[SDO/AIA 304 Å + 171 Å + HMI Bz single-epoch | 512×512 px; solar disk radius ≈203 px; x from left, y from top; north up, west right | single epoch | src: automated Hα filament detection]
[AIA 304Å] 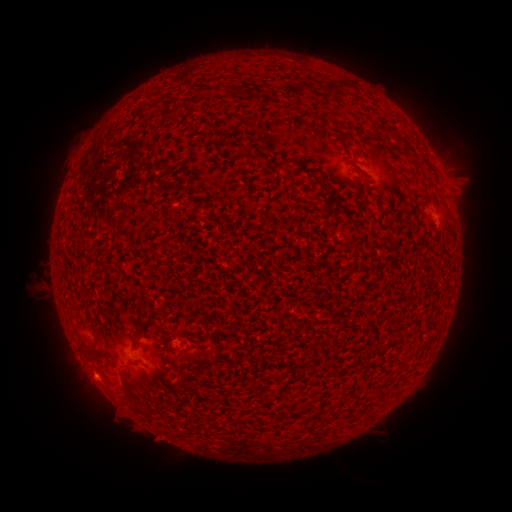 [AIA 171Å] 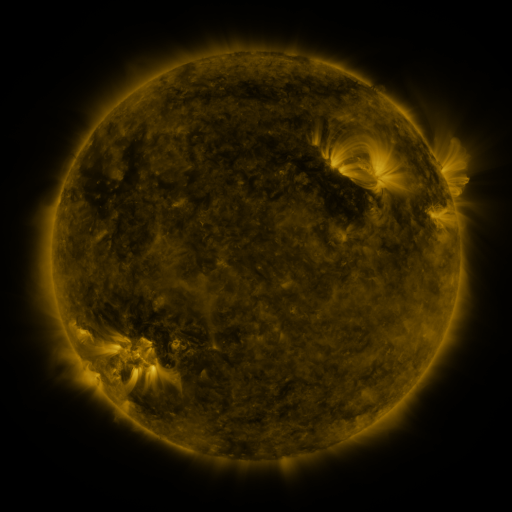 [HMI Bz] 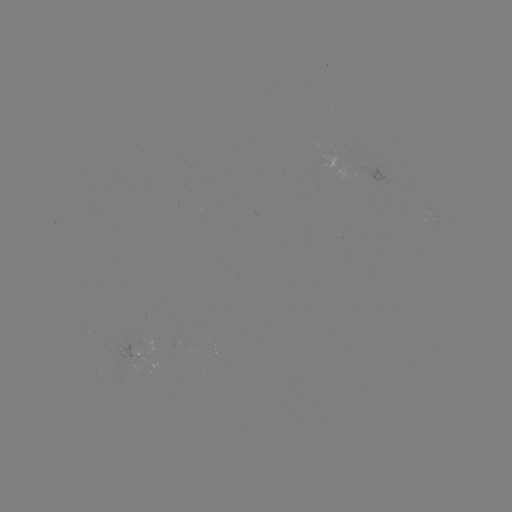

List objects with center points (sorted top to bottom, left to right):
filament: (339, 87)
filament: (298, 90)
filament: (400, 144)
filament: (310, 172)
filament: (326, 189)
filament: (114, 220)
filament: (148, 323)
filament: (137, 345)
filament: (124, 381)
filament: (143, 411)
